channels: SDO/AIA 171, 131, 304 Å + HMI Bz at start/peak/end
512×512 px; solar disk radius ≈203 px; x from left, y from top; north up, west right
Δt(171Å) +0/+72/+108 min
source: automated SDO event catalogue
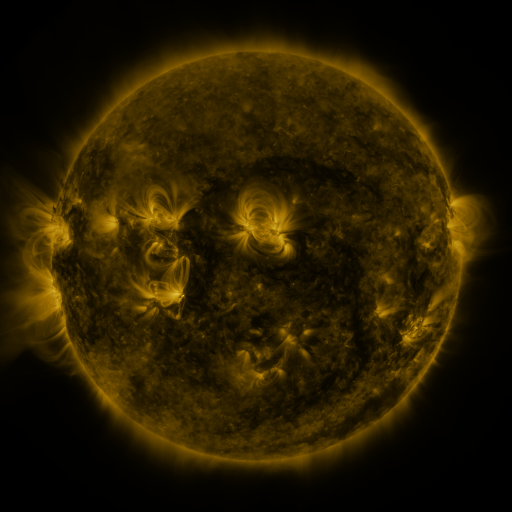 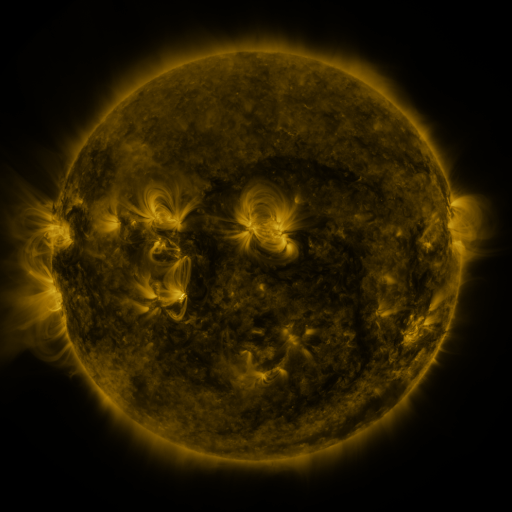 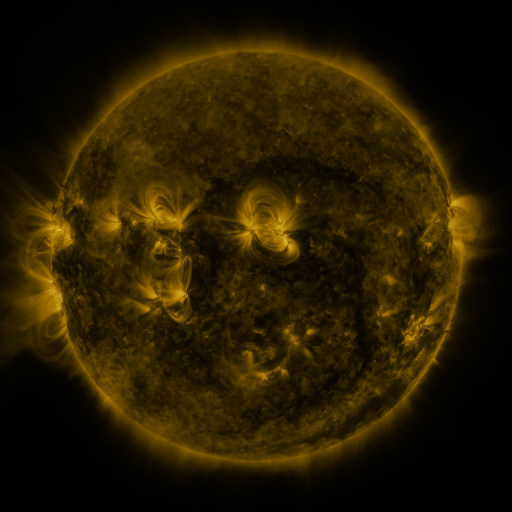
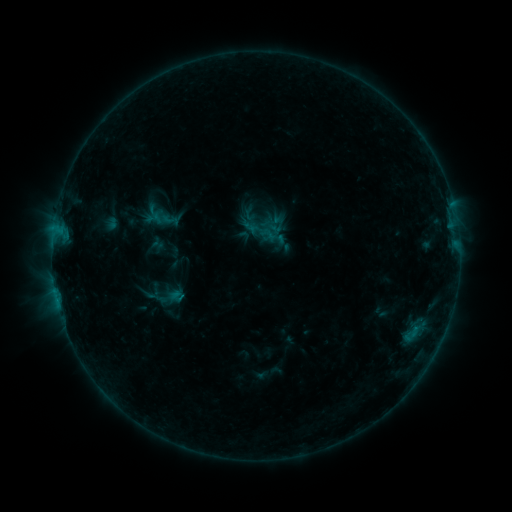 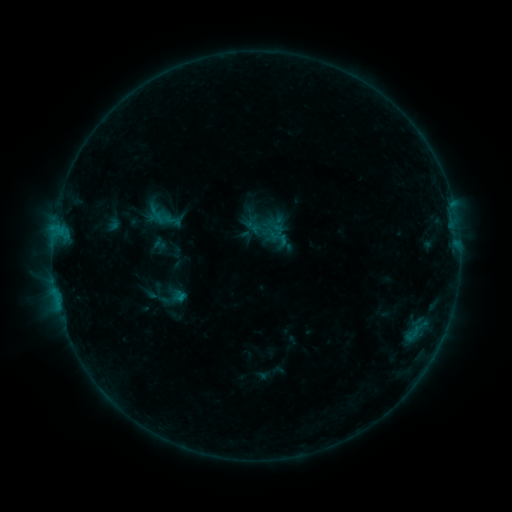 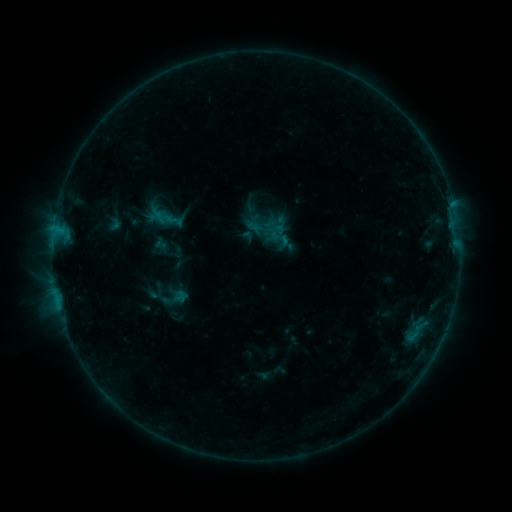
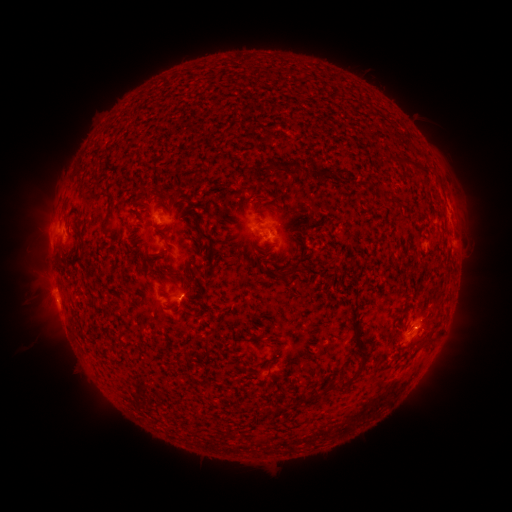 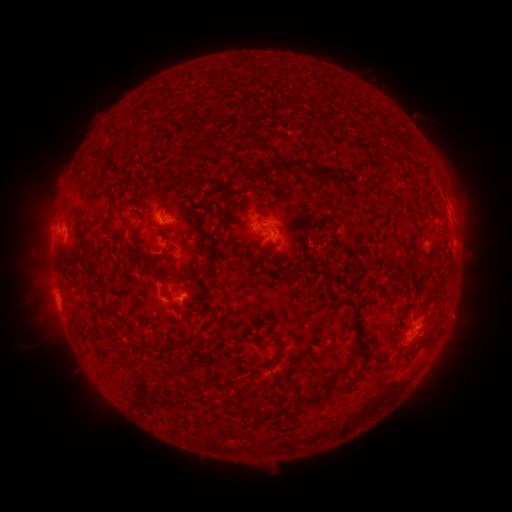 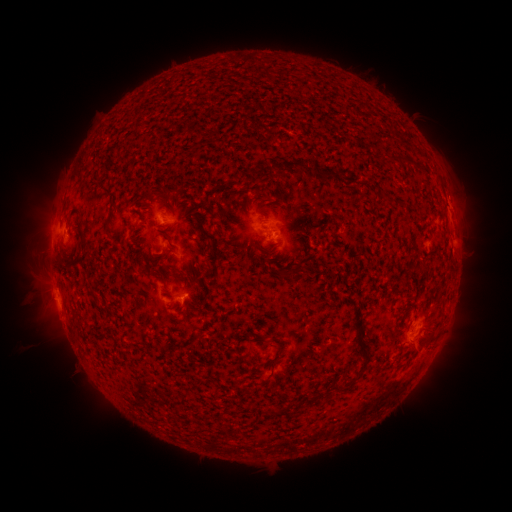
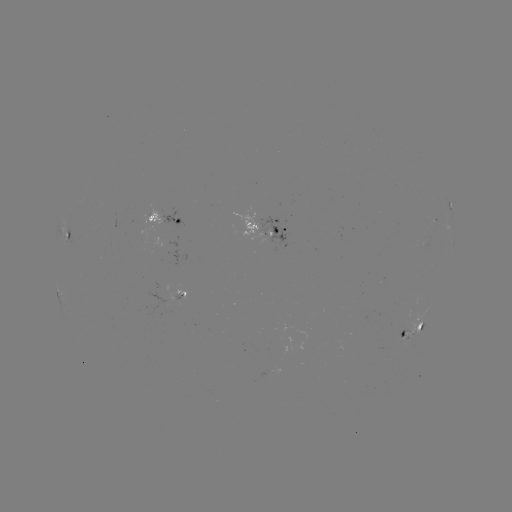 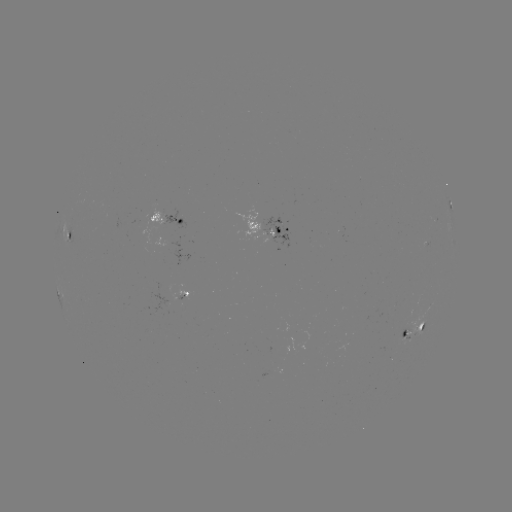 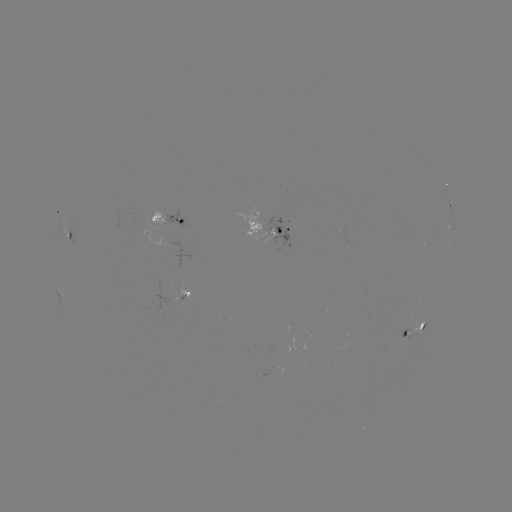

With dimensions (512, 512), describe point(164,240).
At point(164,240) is emerging-flux region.